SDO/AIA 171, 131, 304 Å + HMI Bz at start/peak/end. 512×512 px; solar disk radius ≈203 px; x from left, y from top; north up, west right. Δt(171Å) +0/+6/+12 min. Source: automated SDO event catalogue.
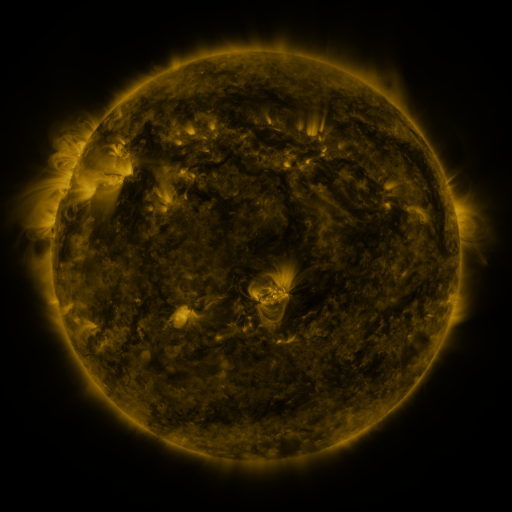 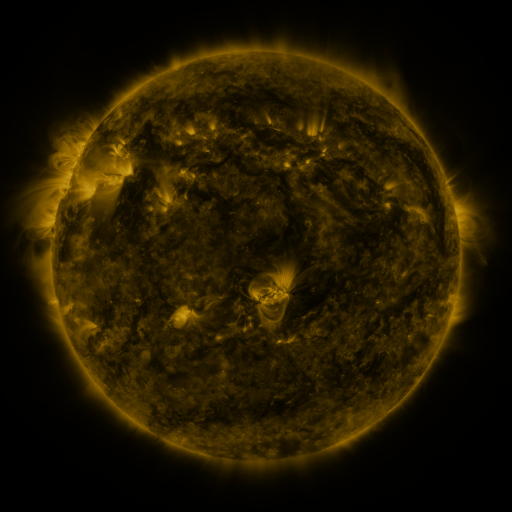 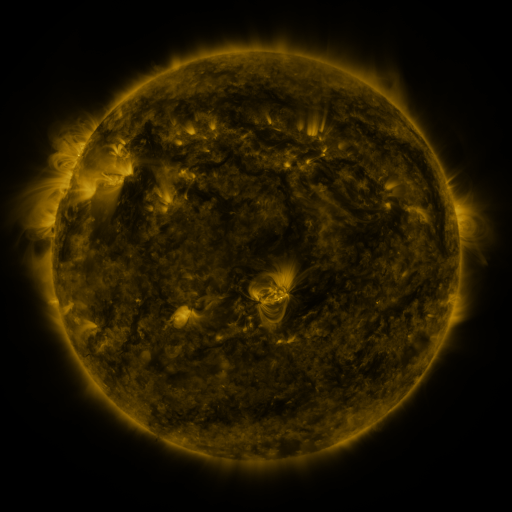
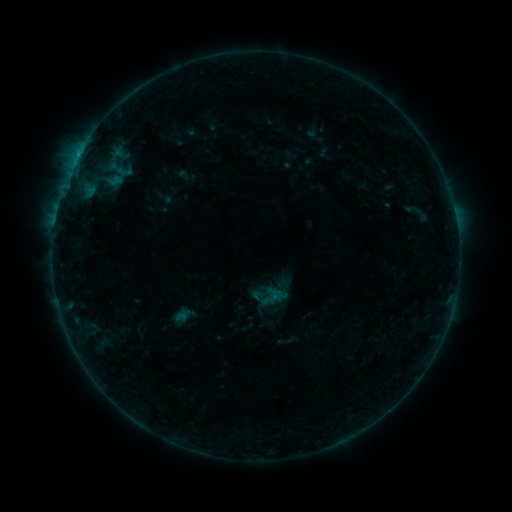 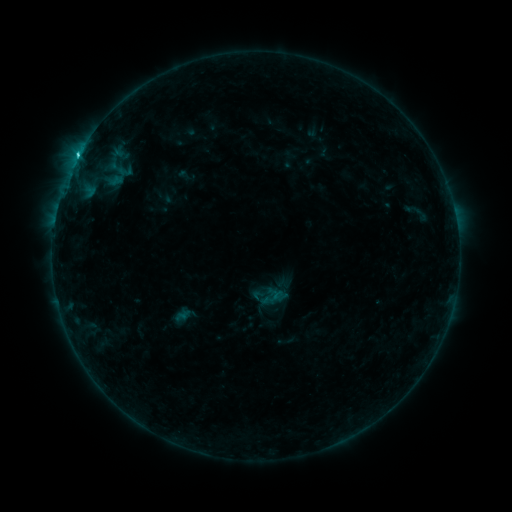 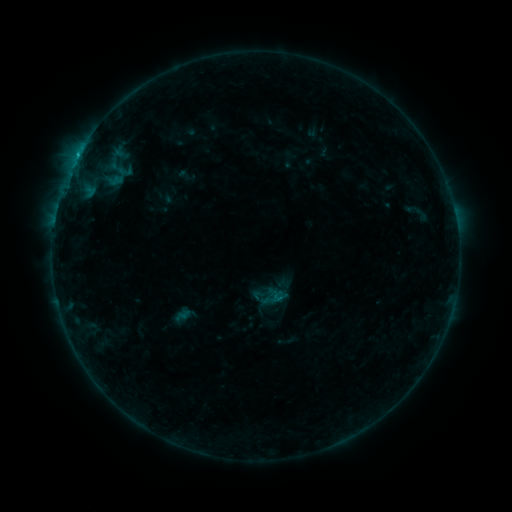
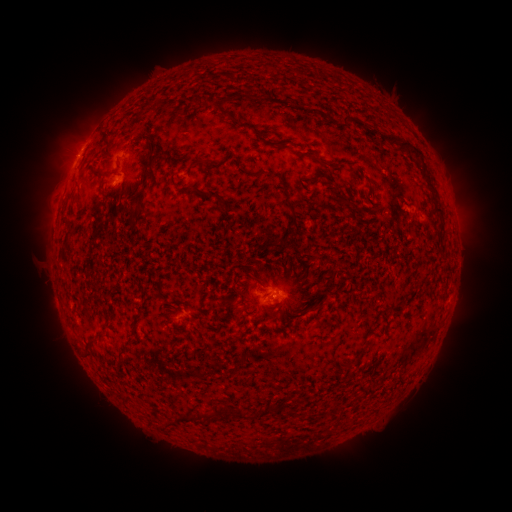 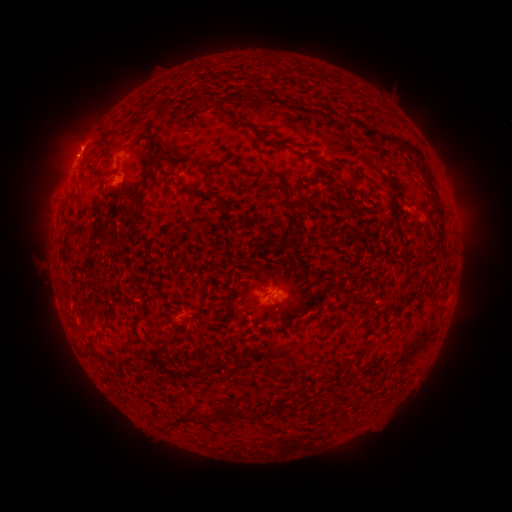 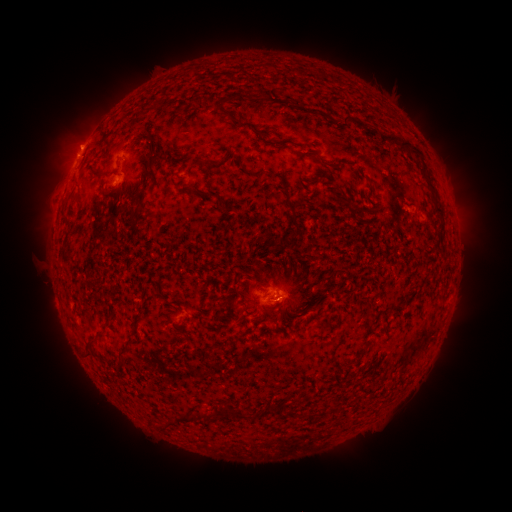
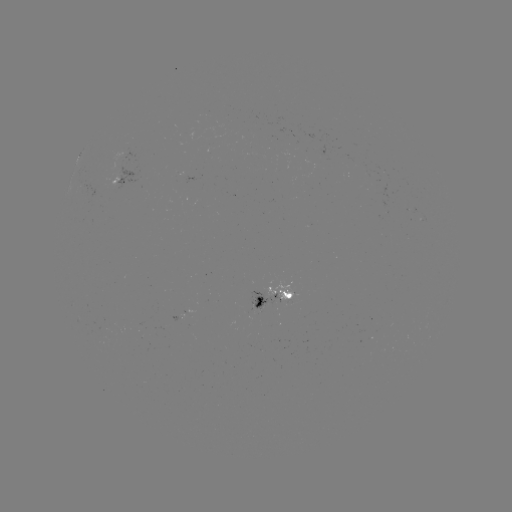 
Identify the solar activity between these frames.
C1.3 flare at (78, 156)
